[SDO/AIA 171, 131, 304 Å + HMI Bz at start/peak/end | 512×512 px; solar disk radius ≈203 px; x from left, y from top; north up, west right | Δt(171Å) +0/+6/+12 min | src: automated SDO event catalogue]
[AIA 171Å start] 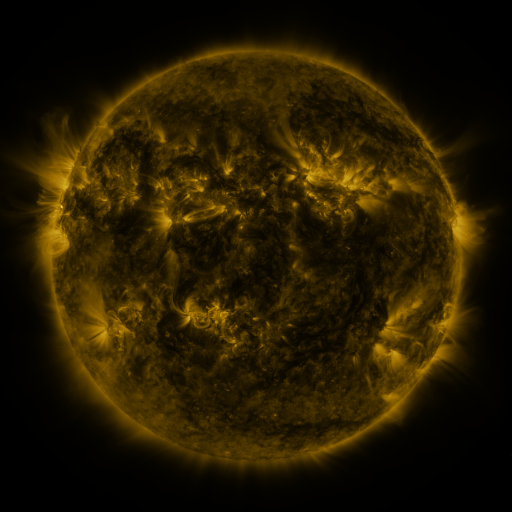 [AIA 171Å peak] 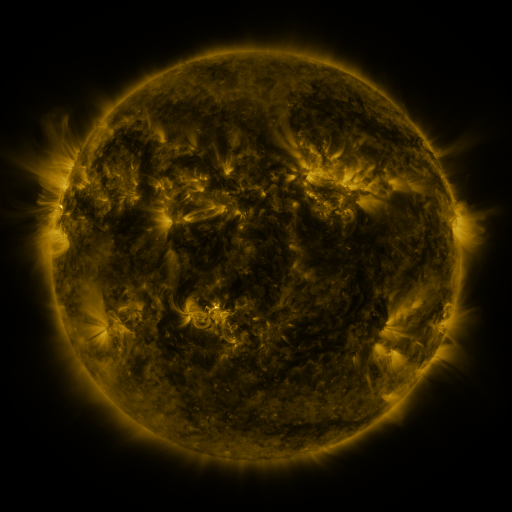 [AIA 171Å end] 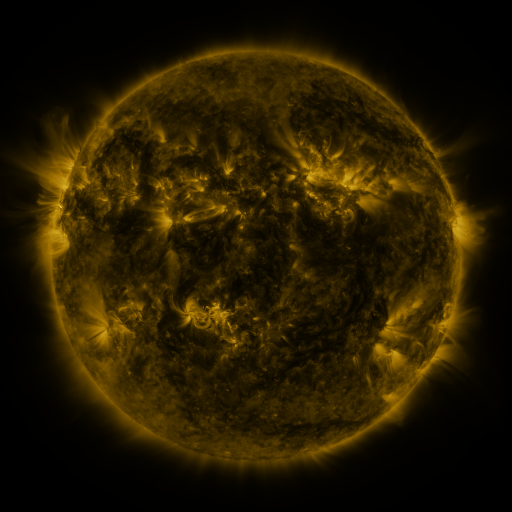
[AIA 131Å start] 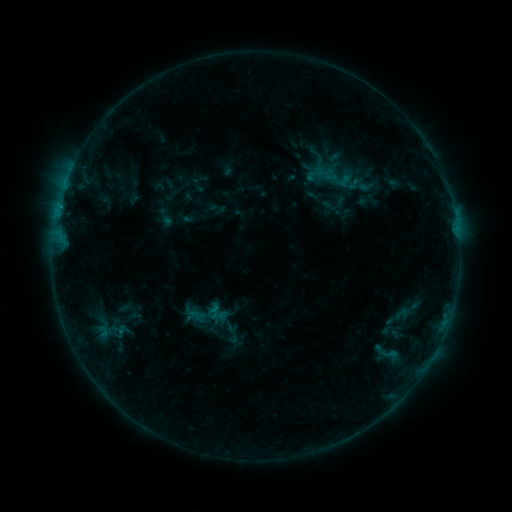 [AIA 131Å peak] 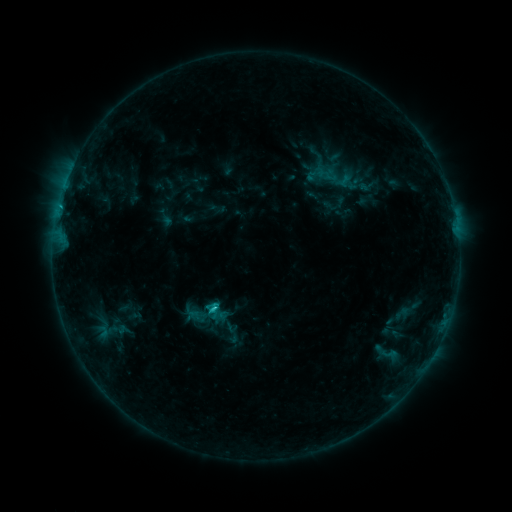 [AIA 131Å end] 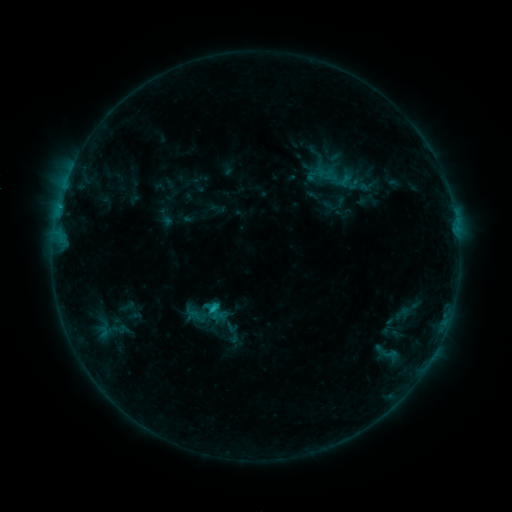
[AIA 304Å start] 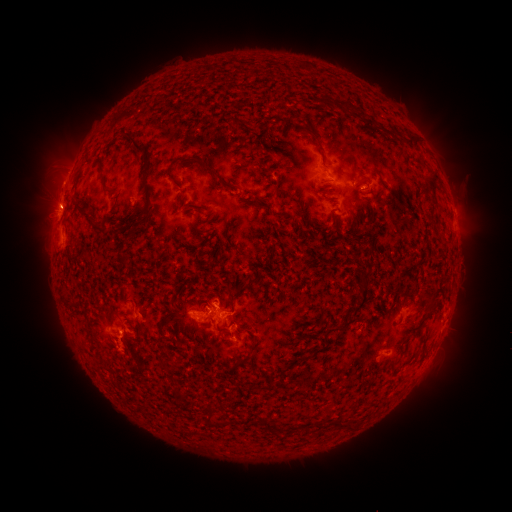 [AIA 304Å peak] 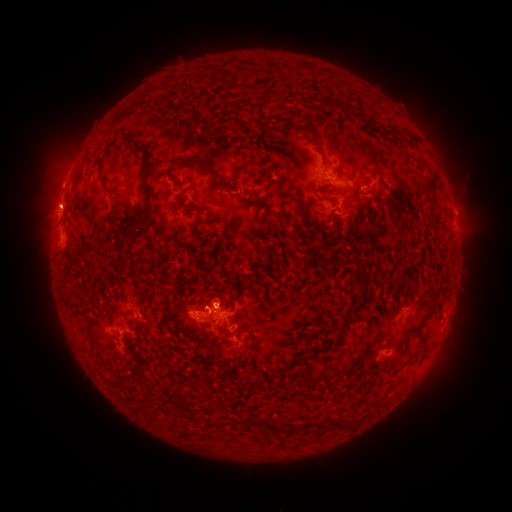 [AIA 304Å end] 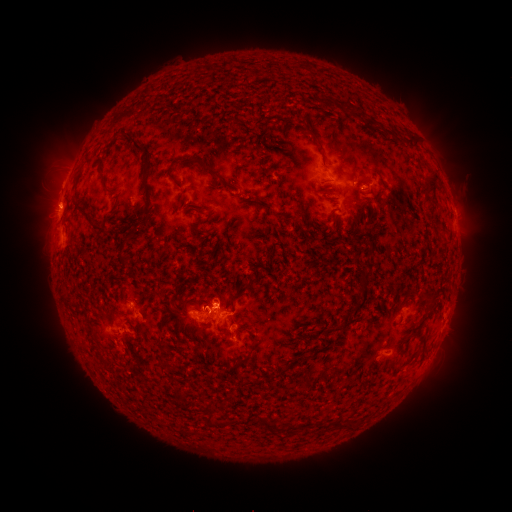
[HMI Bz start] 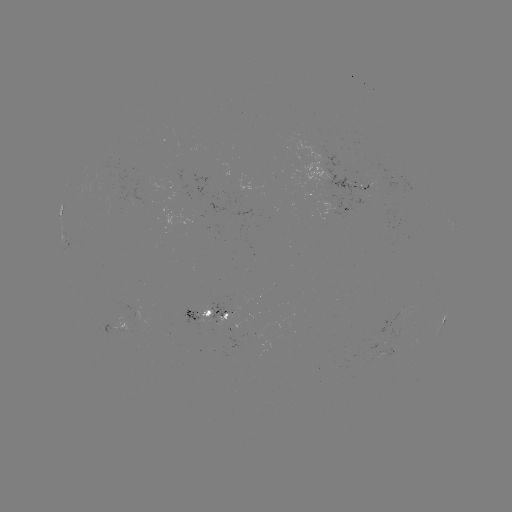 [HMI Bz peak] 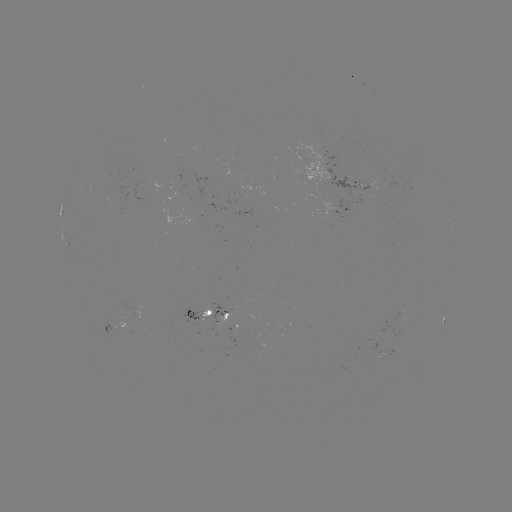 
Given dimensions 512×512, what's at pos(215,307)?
C1.5 flare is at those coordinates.